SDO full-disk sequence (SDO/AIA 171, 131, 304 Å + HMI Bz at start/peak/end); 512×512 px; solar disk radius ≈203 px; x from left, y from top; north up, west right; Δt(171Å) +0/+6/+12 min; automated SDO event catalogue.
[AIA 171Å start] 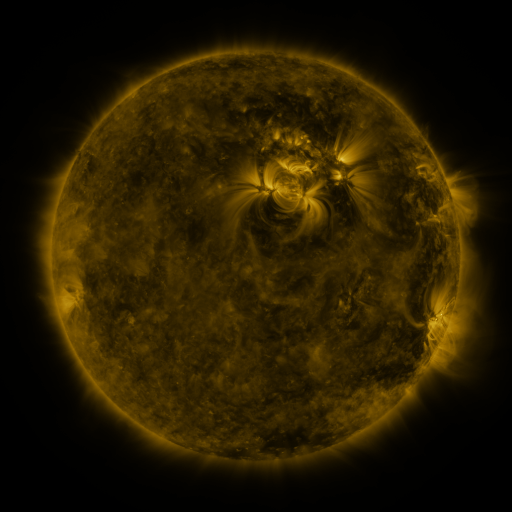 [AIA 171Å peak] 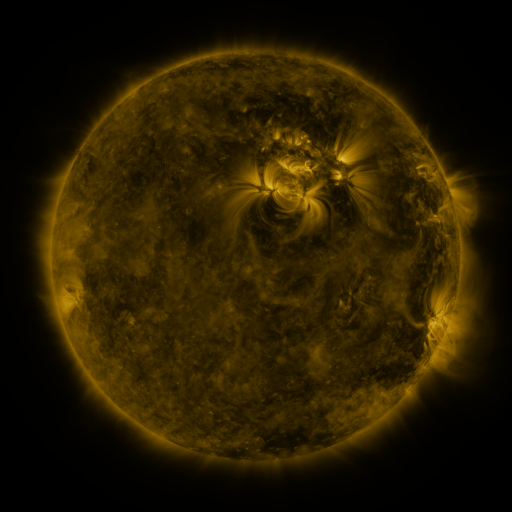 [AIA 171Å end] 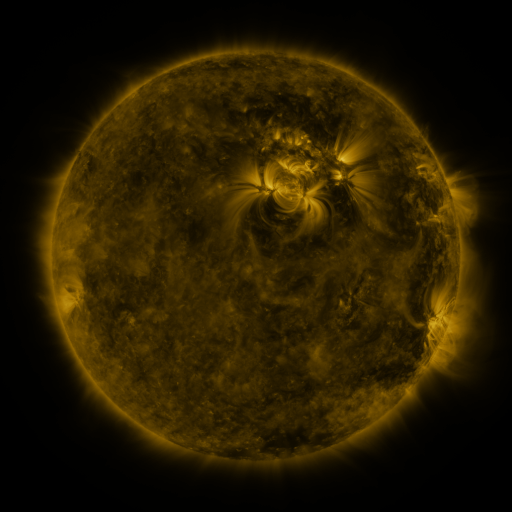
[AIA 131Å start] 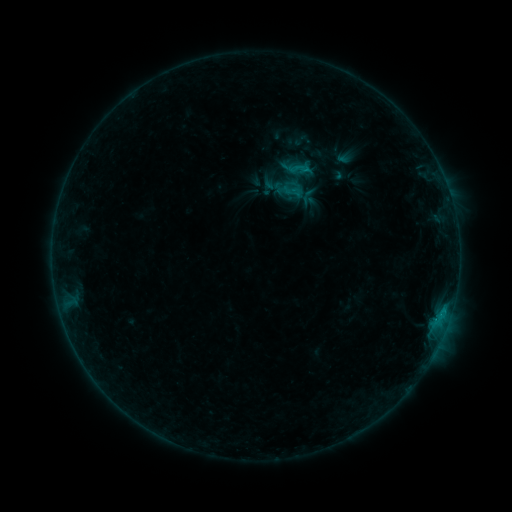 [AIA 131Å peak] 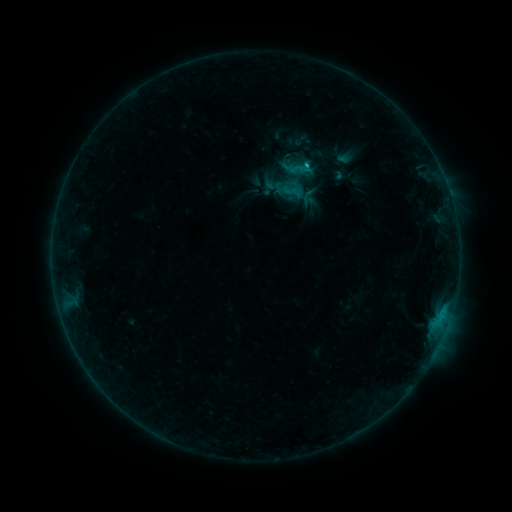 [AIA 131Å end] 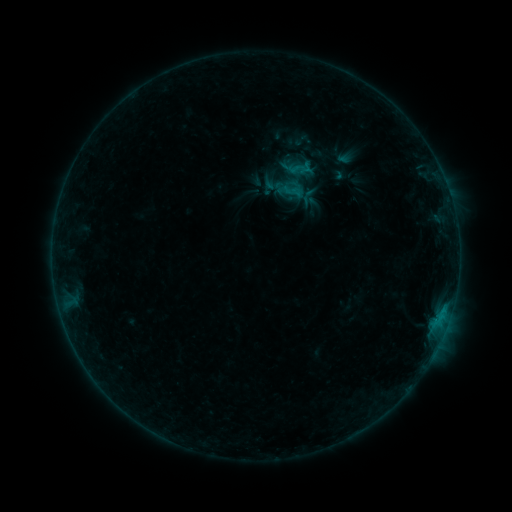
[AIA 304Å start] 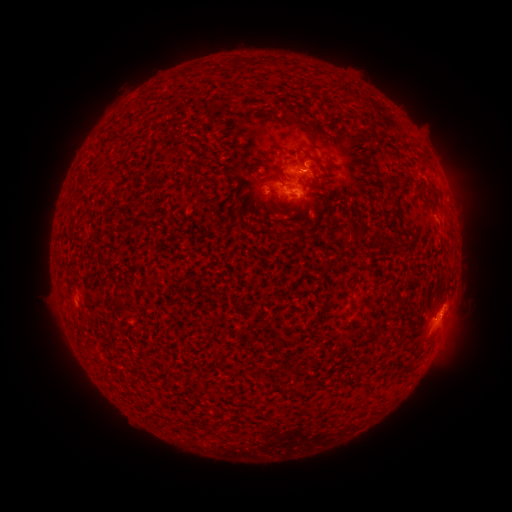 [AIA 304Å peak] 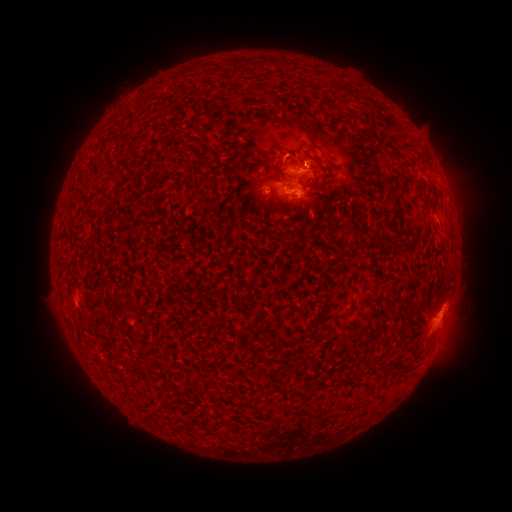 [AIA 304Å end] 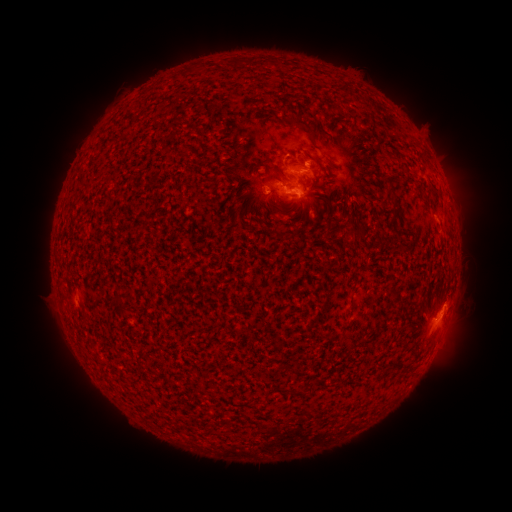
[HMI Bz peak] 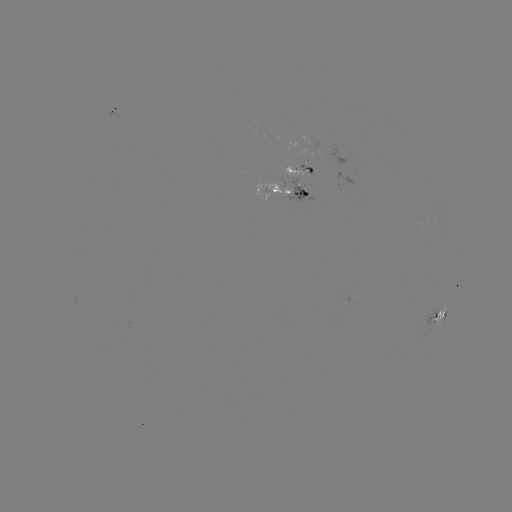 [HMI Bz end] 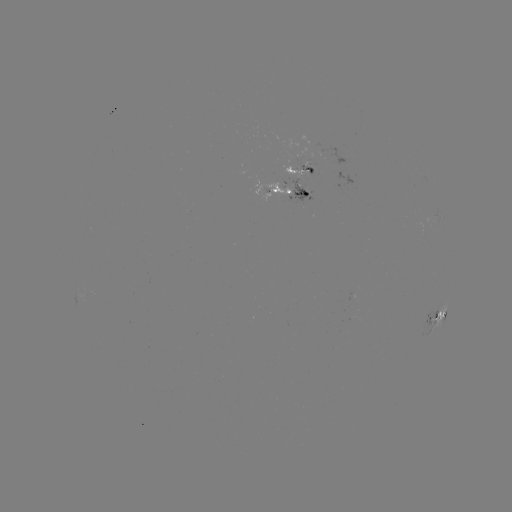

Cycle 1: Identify C1.0 flare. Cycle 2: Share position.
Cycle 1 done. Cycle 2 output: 205,170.